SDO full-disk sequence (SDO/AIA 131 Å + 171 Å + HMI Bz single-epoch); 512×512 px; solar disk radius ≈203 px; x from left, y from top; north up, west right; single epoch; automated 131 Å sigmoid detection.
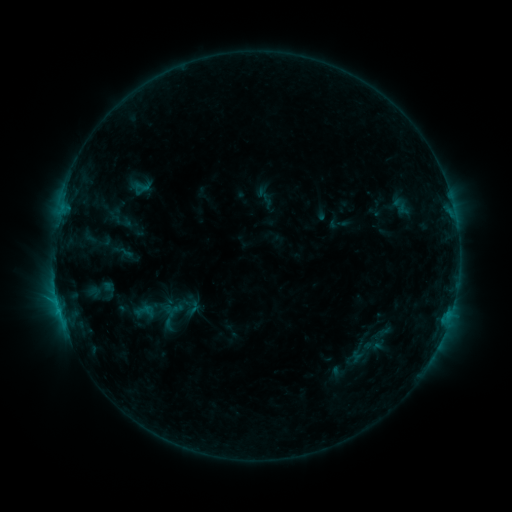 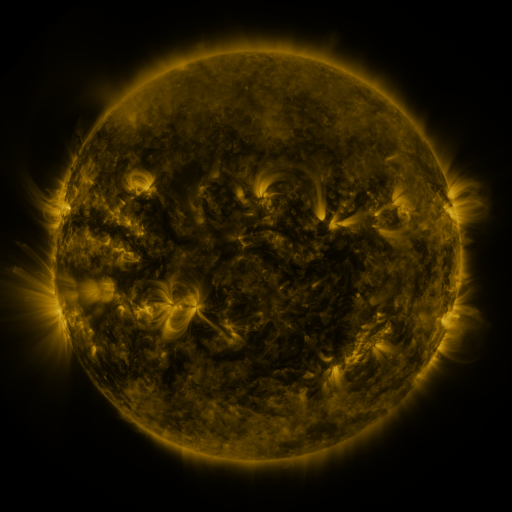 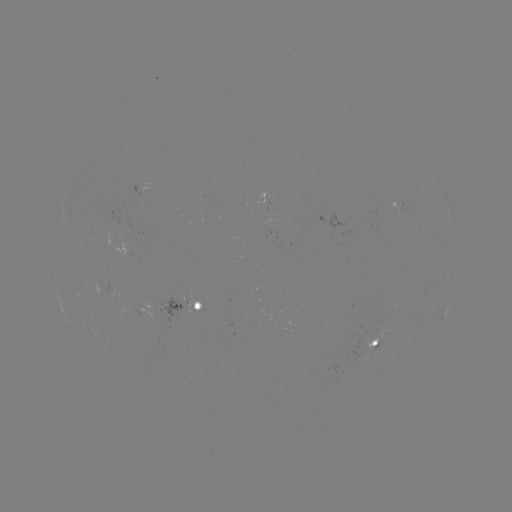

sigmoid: <bbox>135, 177, 151, 195</bbox>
